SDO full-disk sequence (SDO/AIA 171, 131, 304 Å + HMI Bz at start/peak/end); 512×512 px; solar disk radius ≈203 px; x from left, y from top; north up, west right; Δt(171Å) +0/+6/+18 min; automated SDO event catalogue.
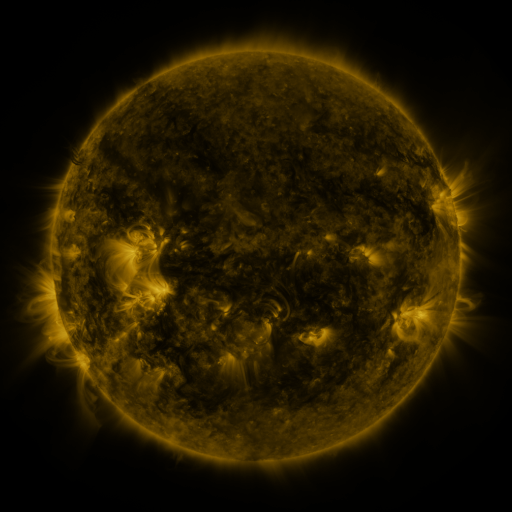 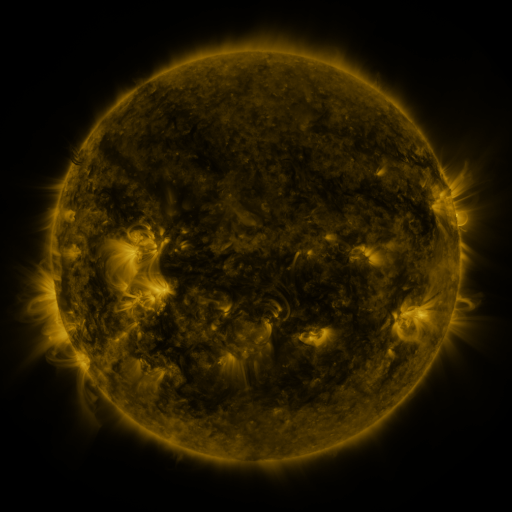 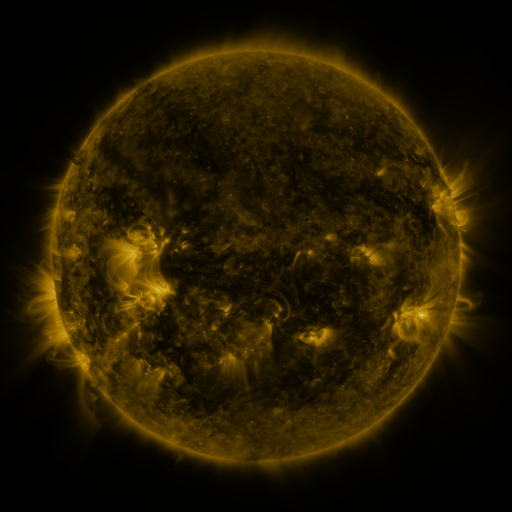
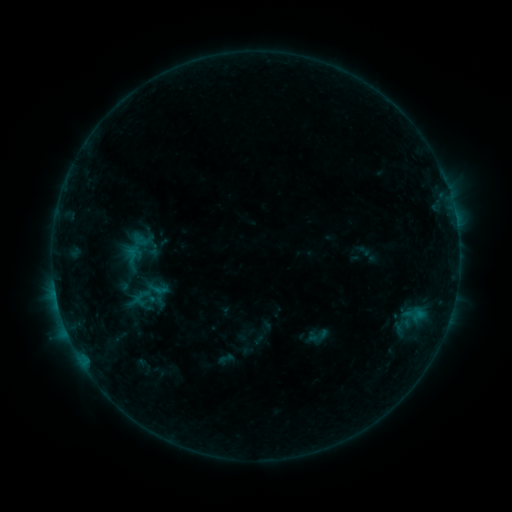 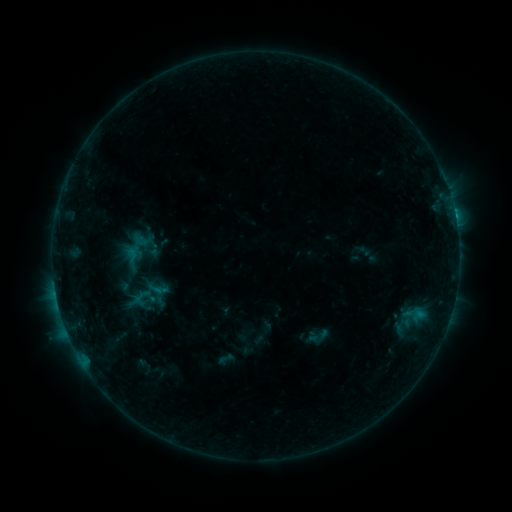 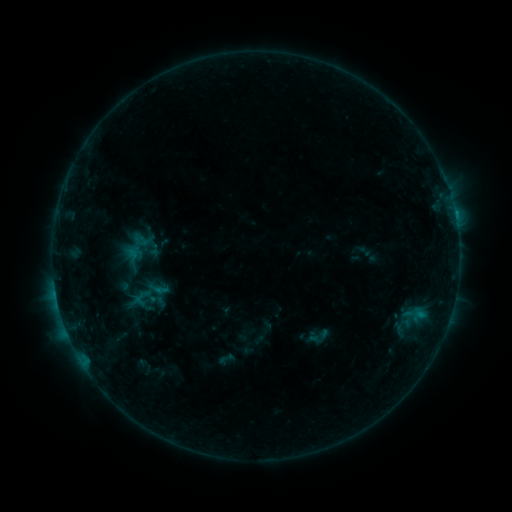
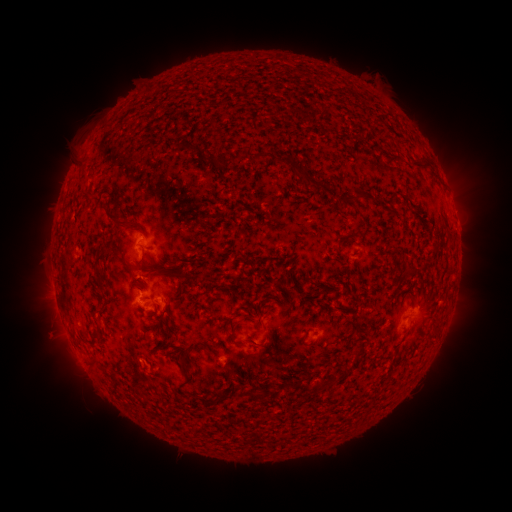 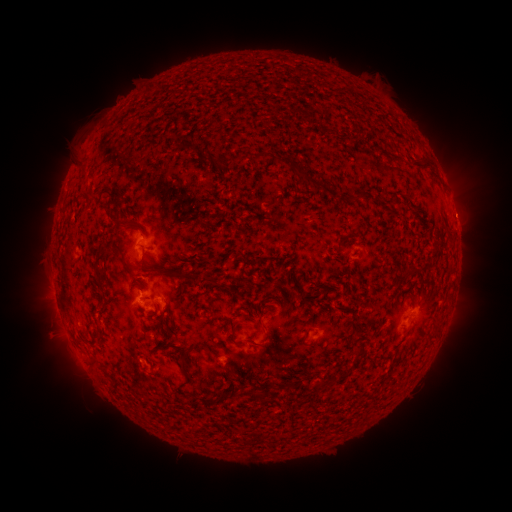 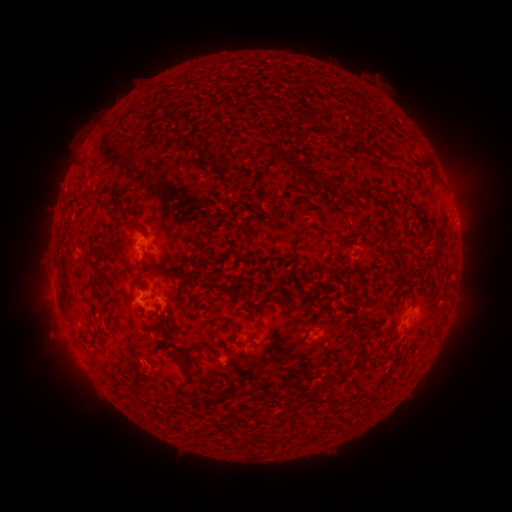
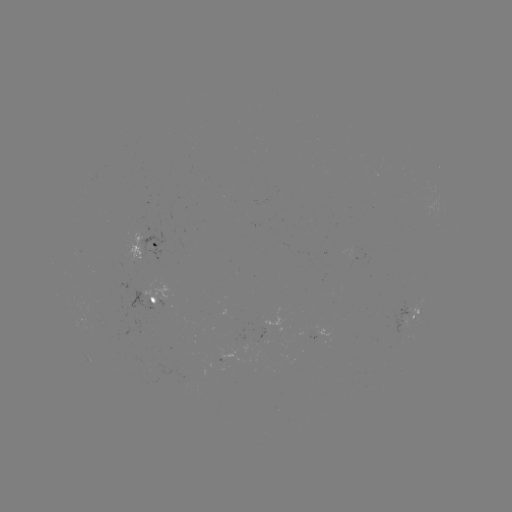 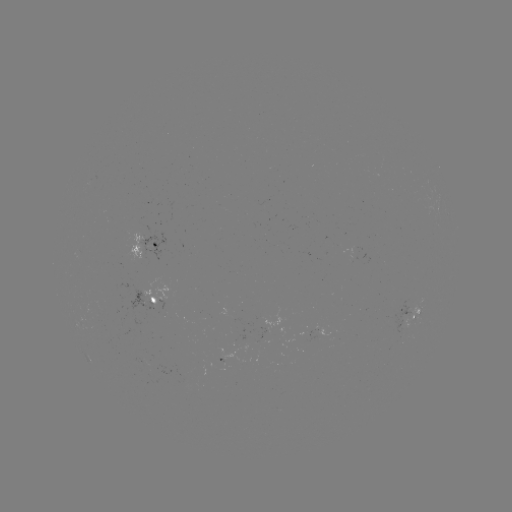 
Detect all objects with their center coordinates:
B4.3 flare: (455, 217)
